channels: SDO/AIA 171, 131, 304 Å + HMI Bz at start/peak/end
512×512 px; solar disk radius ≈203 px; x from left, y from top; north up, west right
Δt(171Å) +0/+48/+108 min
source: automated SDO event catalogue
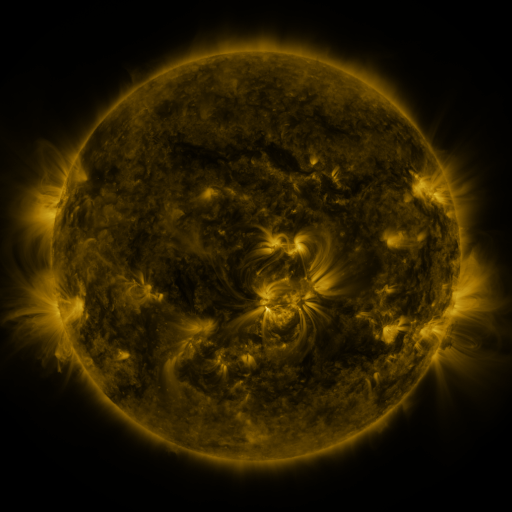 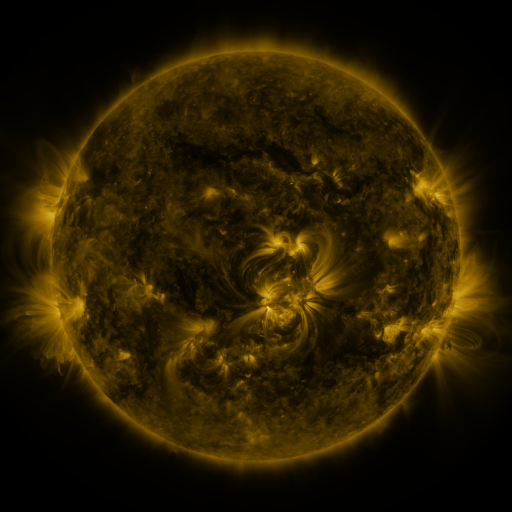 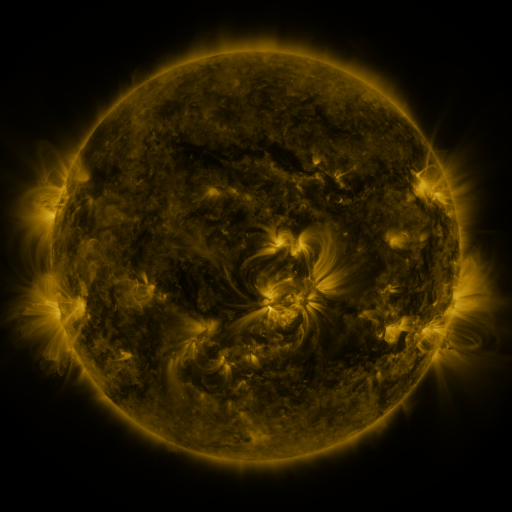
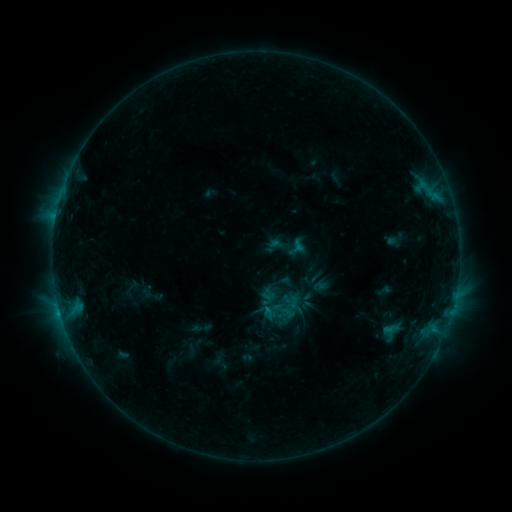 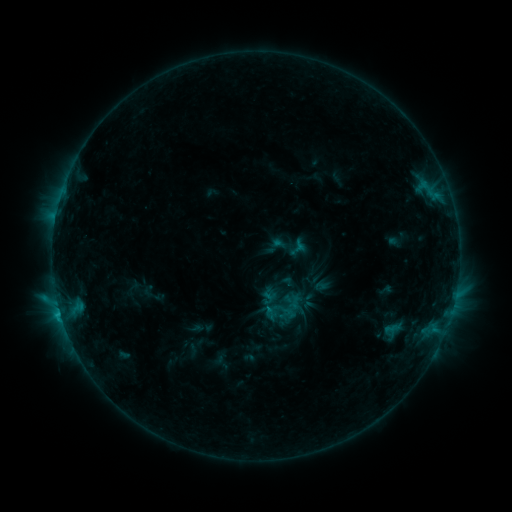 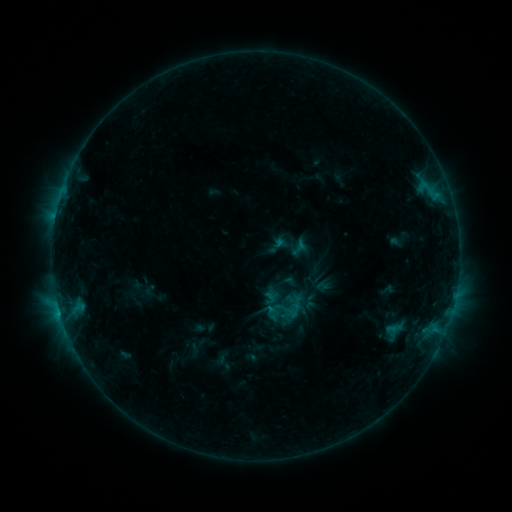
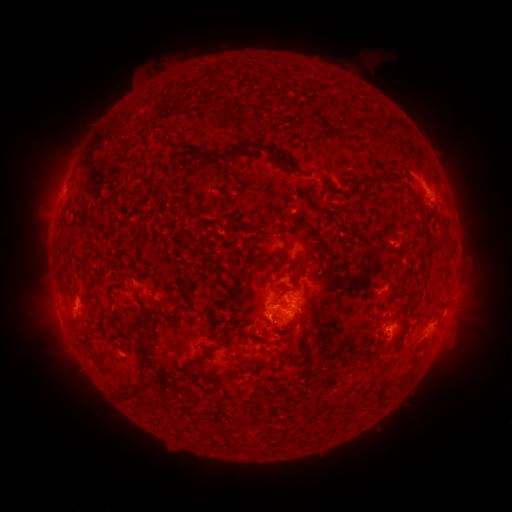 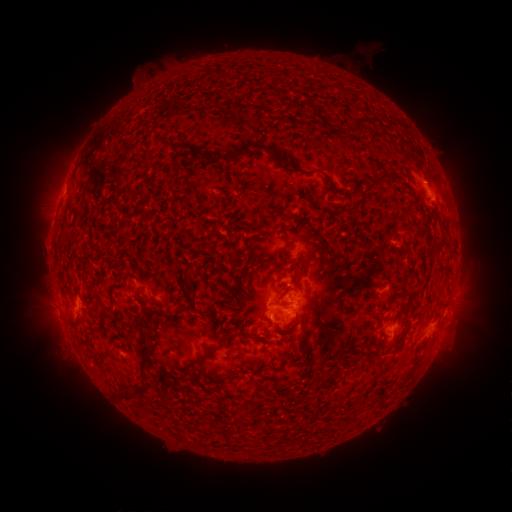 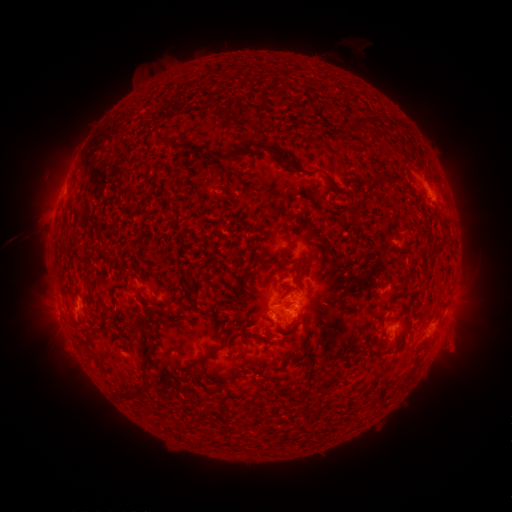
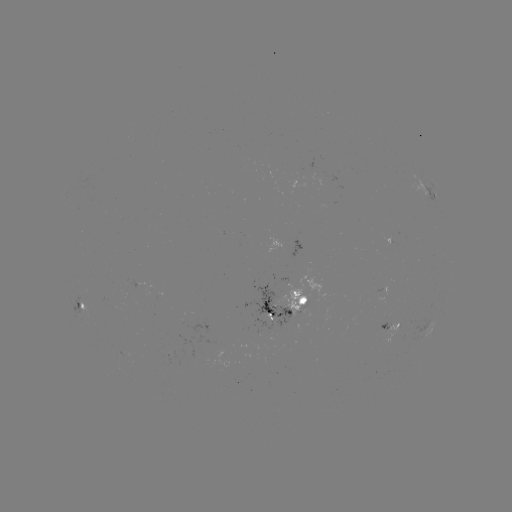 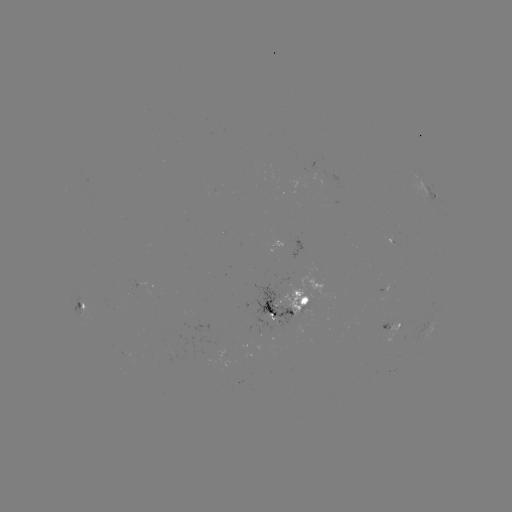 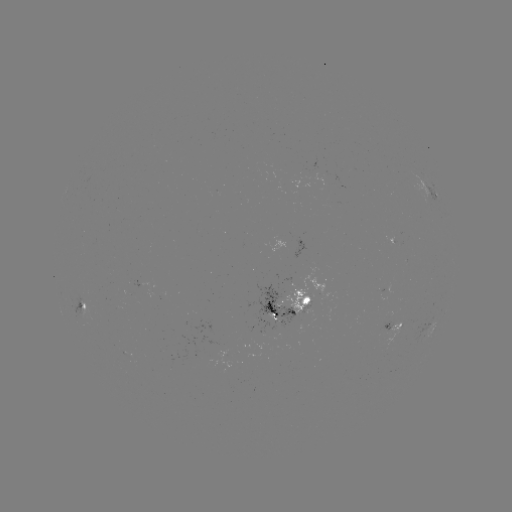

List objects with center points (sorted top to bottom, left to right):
C1.2 flare: (60, 312)
